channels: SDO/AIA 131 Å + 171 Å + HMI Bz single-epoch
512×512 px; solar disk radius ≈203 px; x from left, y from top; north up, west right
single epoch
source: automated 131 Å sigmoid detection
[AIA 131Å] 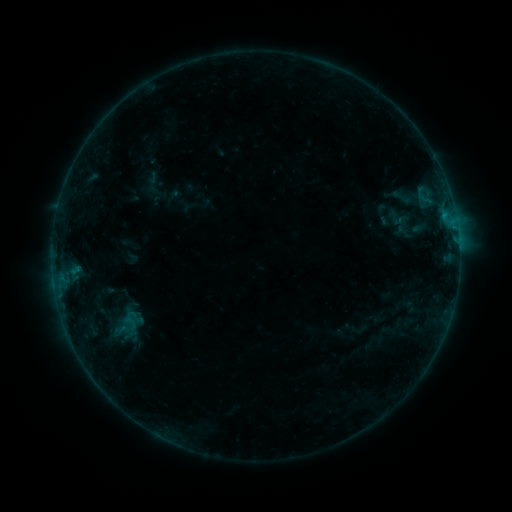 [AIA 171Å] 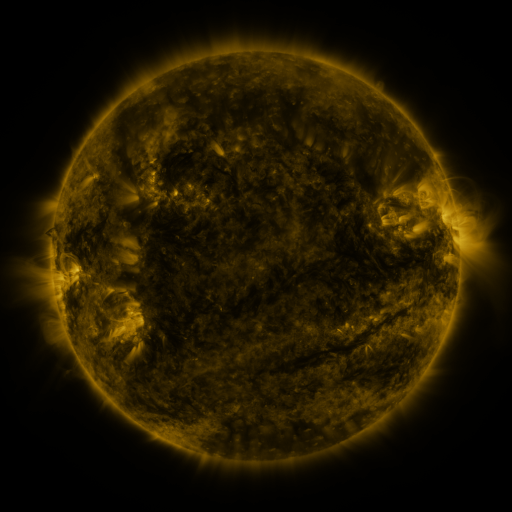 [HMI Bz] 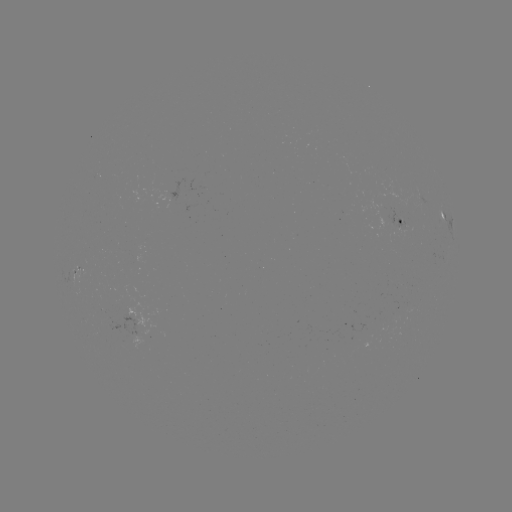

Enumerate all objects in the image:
sigmoid: (404, 197)
sigmoid: (130, 319)
